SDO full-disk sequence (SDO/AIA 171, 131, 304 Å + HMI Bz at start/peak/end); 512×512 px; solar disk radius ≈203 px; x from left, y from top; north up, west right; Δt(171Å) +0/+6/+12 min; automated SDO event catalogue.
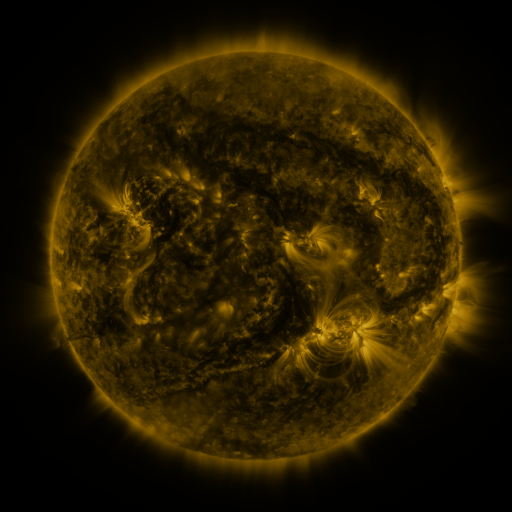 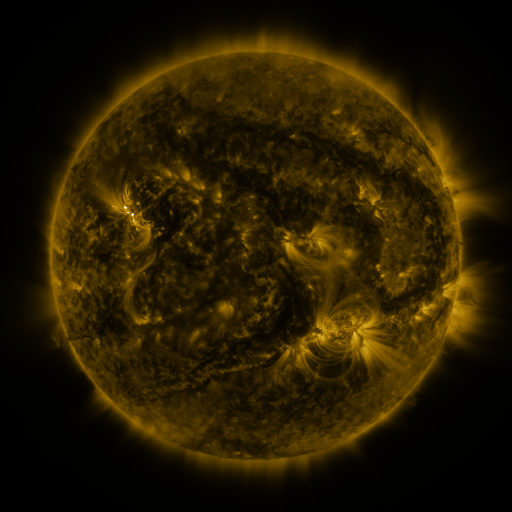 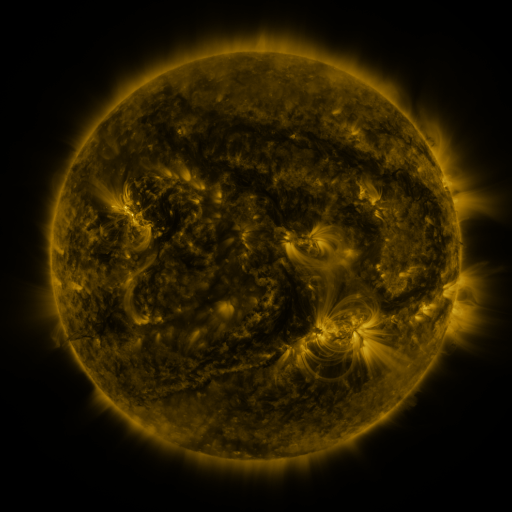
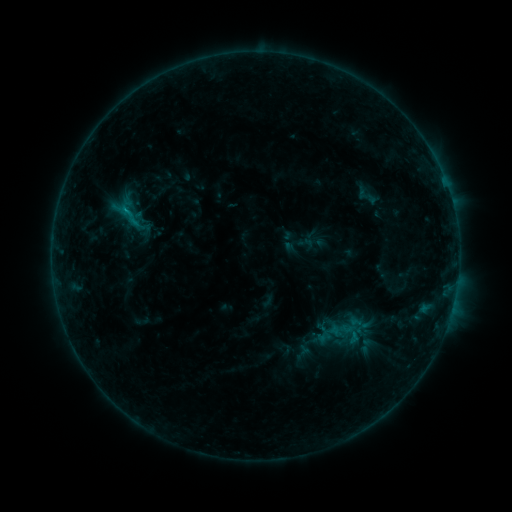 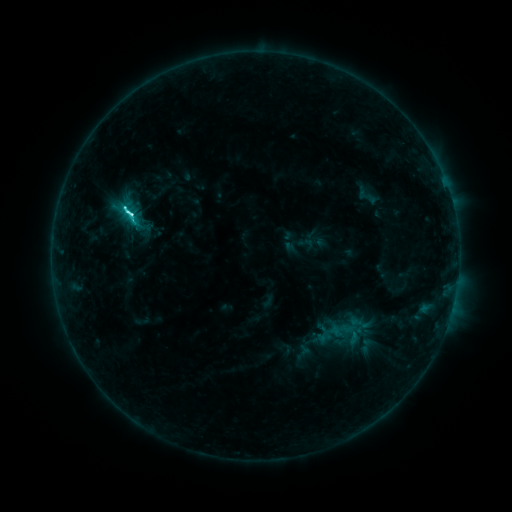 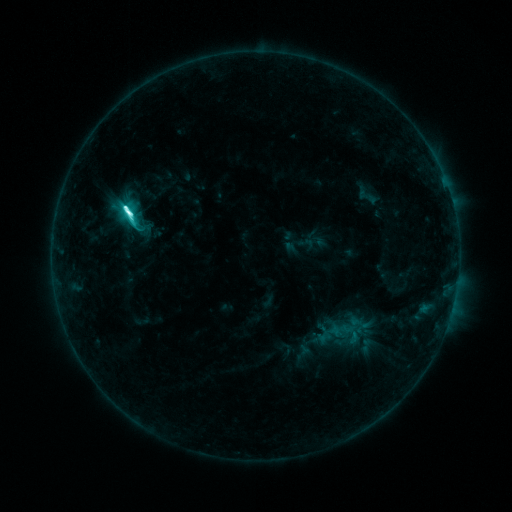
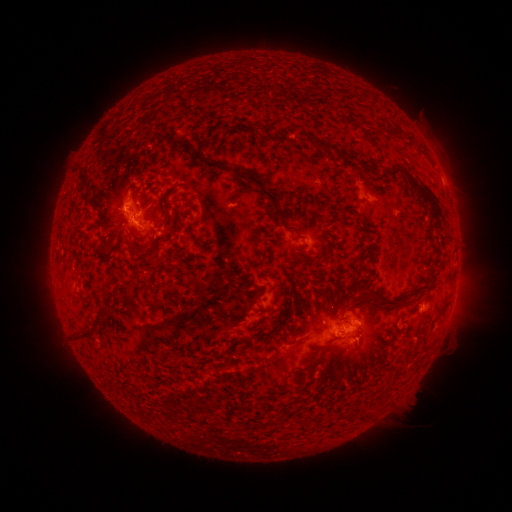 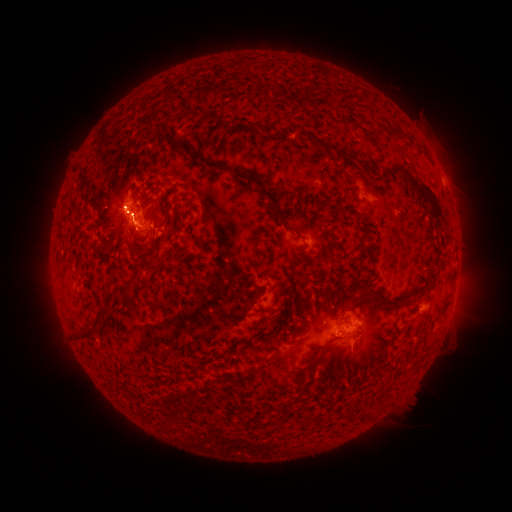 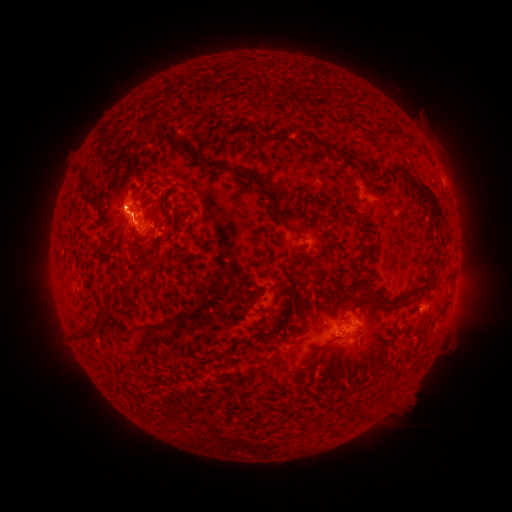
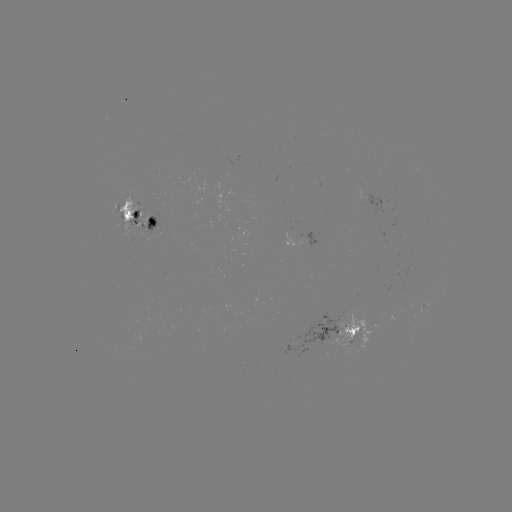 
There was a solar eruption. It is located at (130, 194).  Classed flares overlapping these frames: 1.